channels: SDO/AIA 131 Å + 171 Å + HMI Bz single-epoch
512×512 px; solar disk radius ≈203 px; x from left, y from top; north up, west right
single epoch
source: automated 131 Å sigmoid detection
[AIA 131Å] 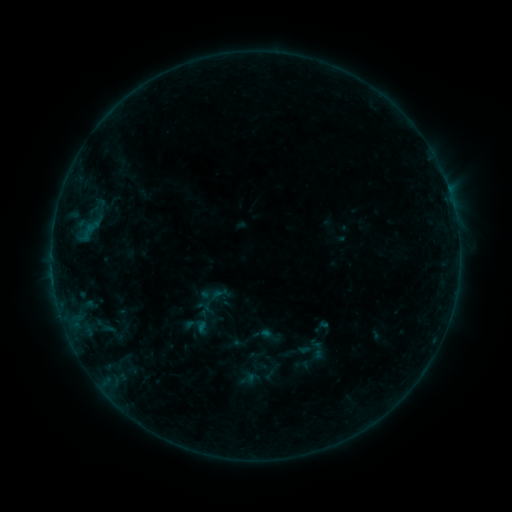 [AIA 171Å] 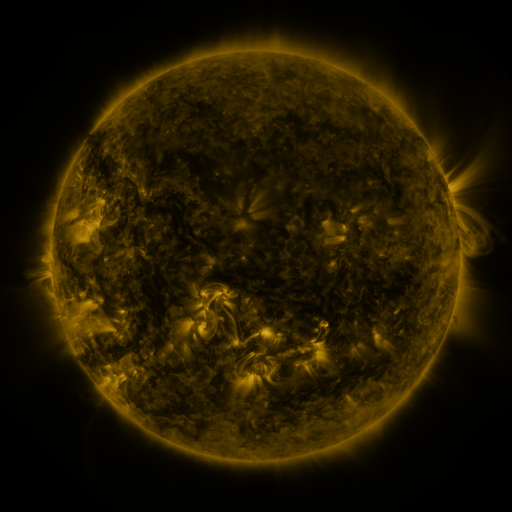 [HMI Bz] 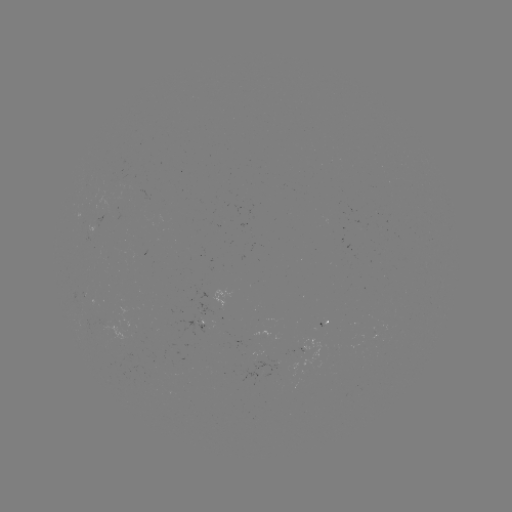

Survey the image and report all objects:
sigmoid: (260, 366, 279, 385)
